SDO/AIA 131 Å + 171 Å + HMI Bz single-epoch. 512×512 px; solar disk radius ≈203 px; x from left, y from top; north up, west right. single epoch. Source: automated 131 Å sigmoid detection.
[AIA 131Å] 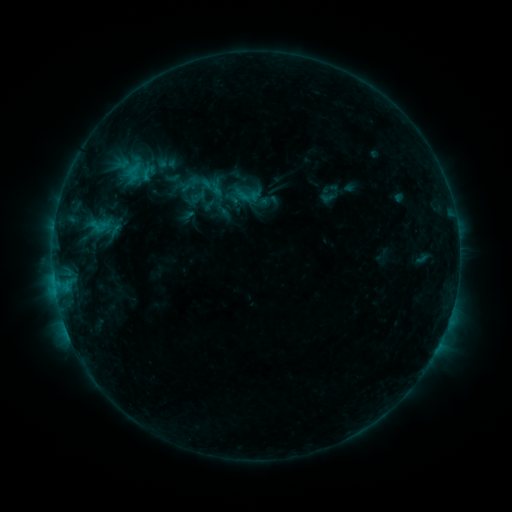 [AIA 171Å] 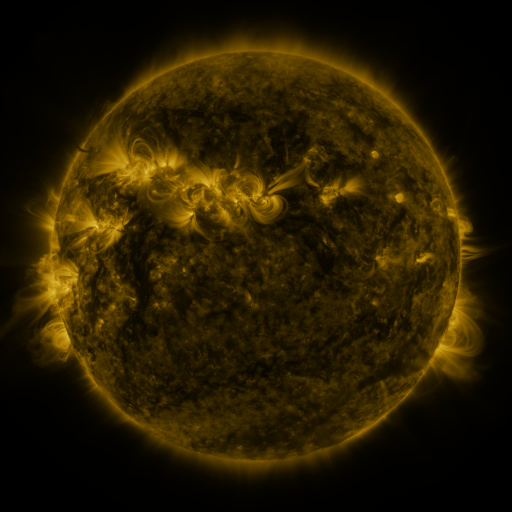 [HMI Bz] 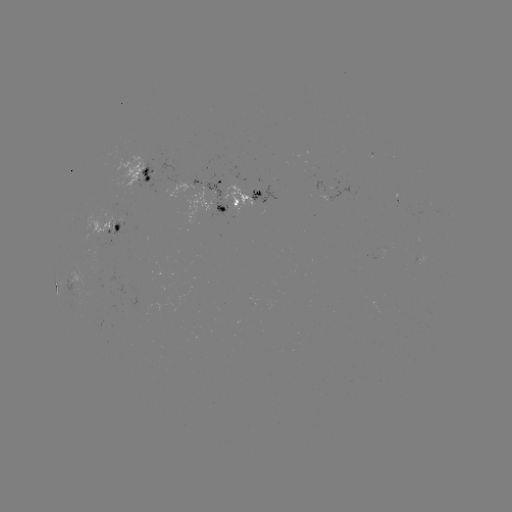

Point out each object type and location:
sigmoid: <bbox>201, 189, 223, 211</bbox>
